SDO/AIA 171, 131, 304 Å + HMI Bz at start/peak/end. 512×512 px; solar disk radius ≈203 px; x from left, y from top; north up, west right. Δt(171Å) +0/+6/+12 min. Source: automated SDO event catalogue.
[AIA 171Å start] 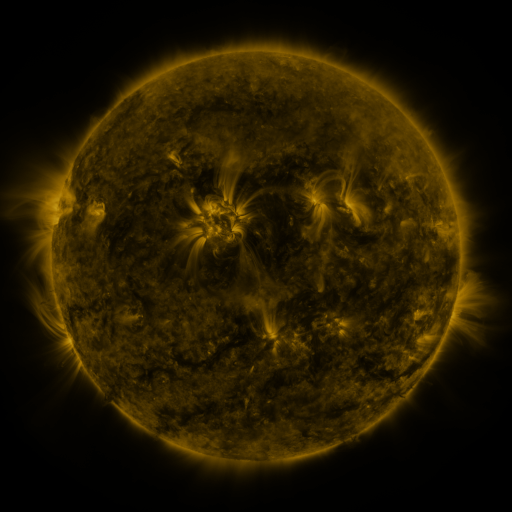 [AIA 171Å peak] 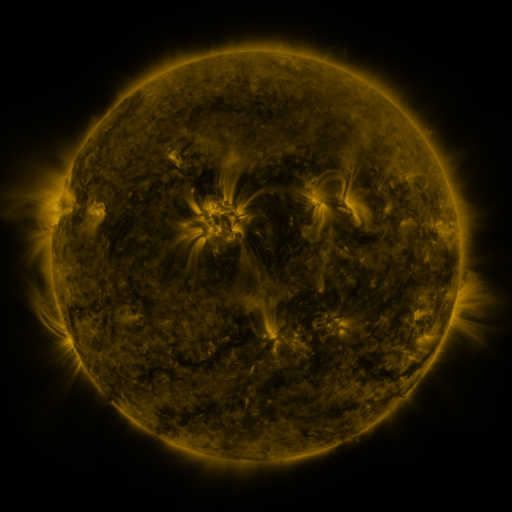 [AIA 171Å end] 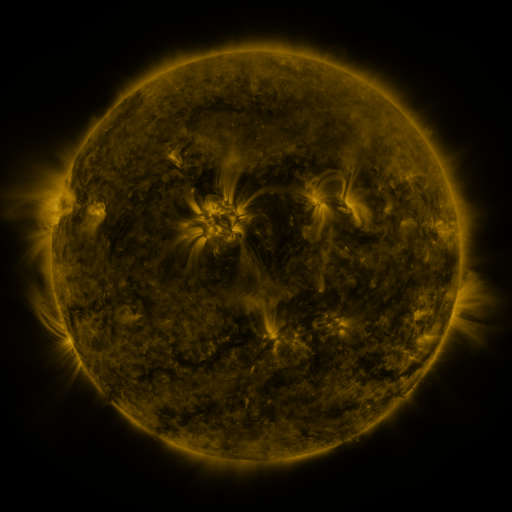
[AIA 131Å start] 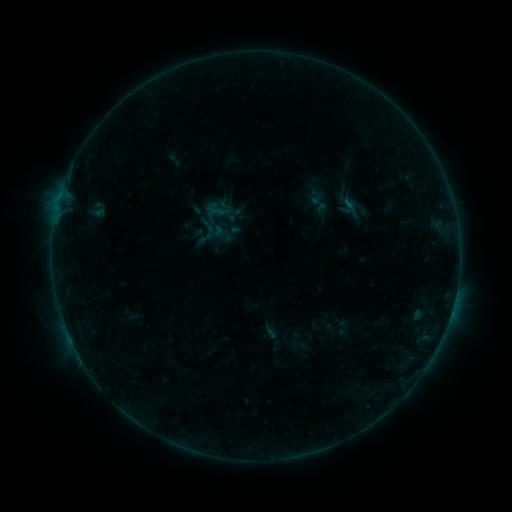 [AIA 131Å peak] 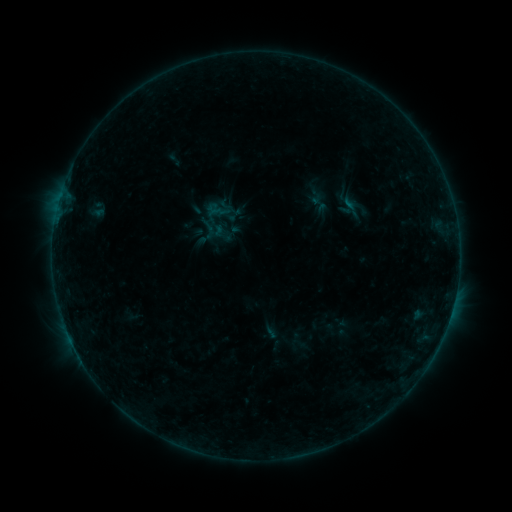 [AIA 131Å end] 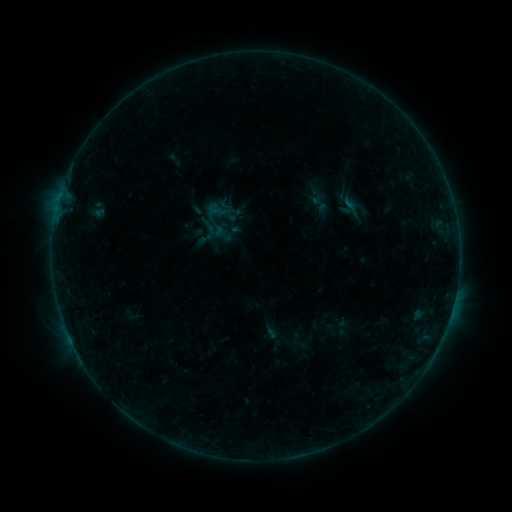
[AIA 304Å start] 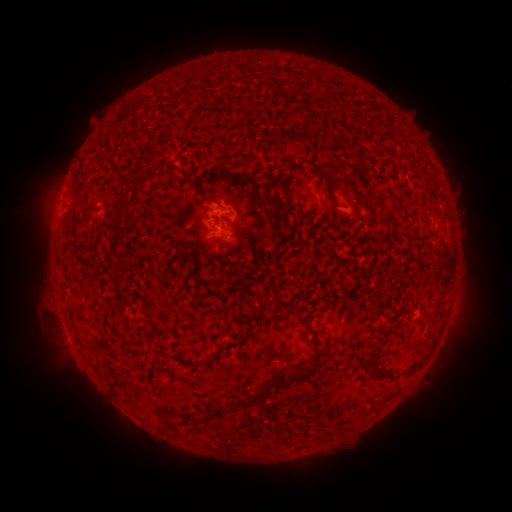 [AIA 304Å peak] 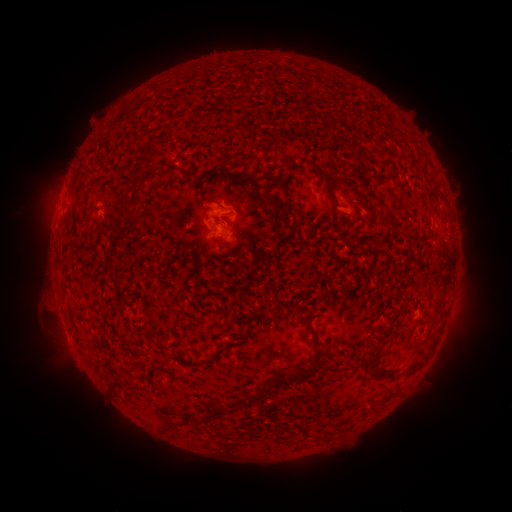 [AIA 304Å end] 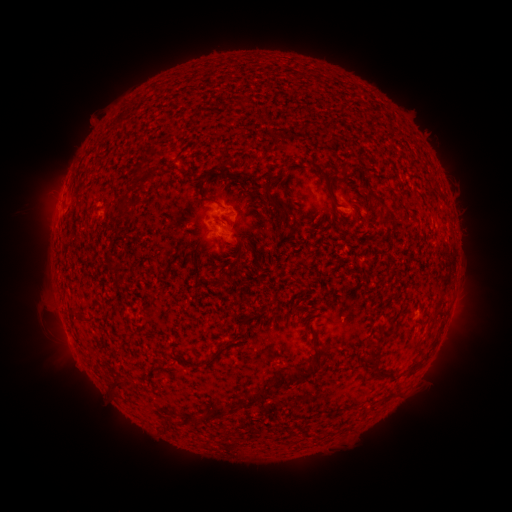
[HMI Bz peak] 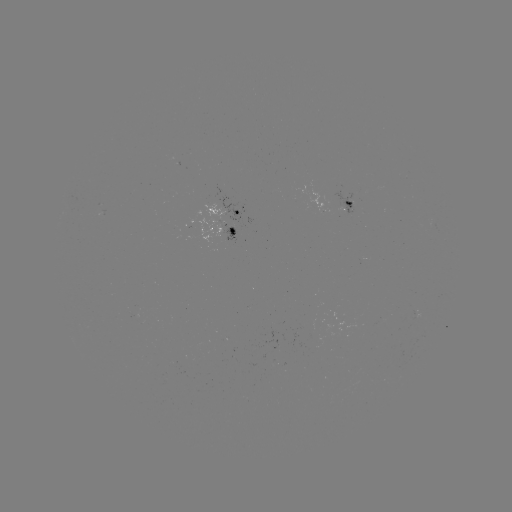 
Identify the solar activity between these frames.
nothing was catalogued: no classed flare, no EUV trigger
